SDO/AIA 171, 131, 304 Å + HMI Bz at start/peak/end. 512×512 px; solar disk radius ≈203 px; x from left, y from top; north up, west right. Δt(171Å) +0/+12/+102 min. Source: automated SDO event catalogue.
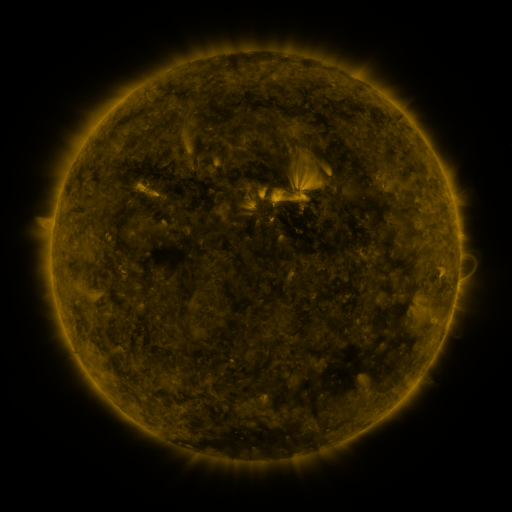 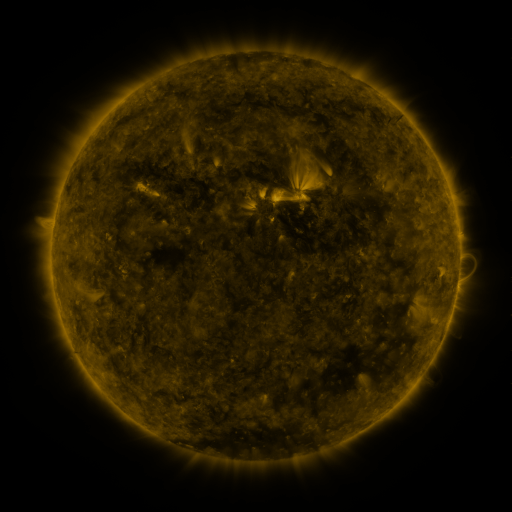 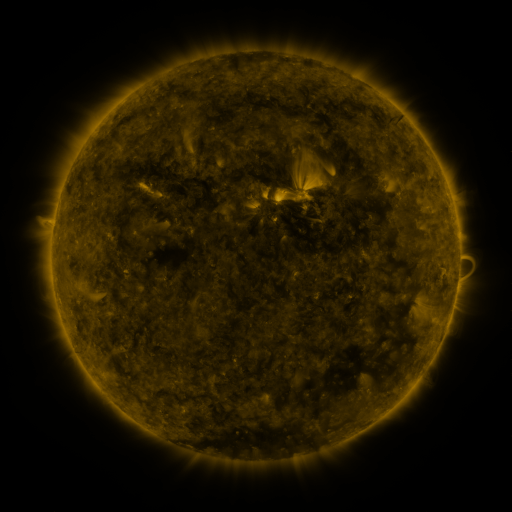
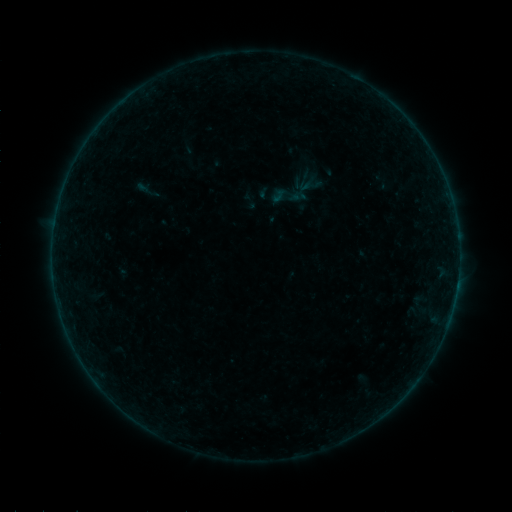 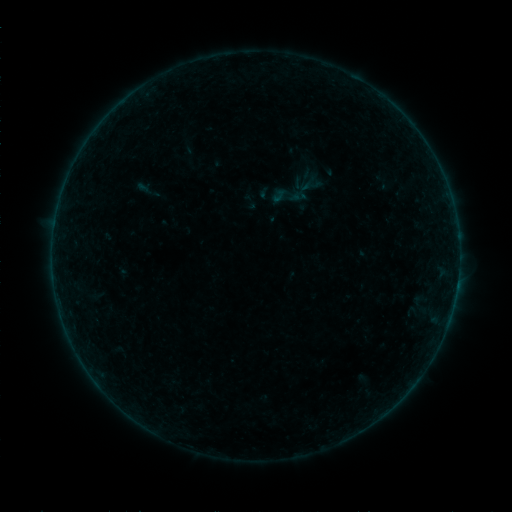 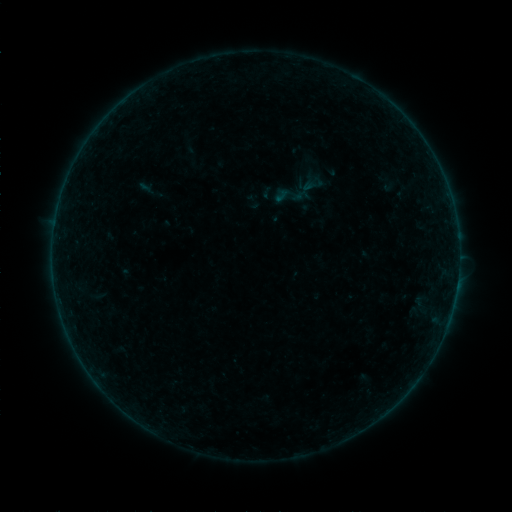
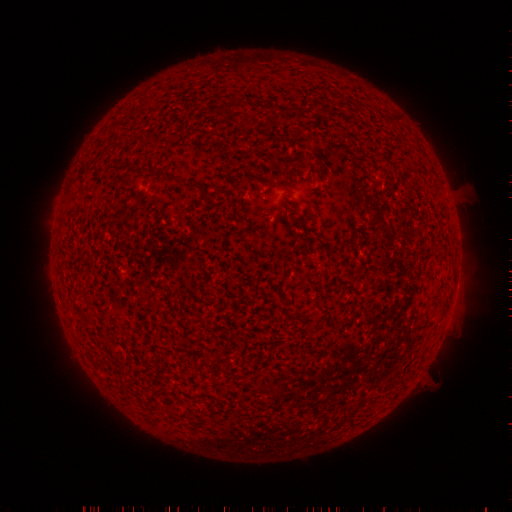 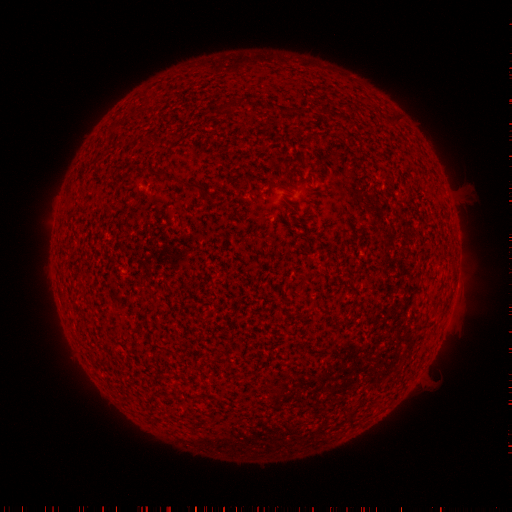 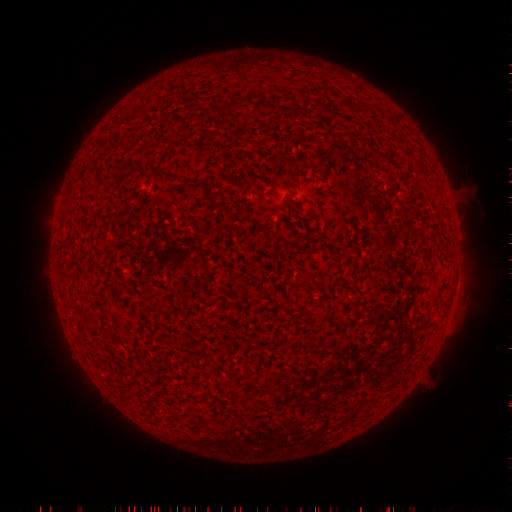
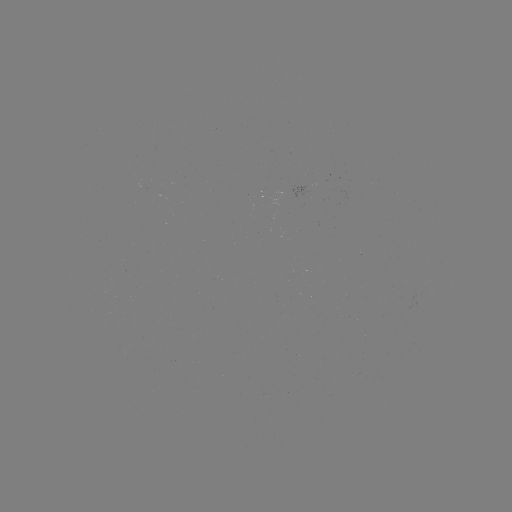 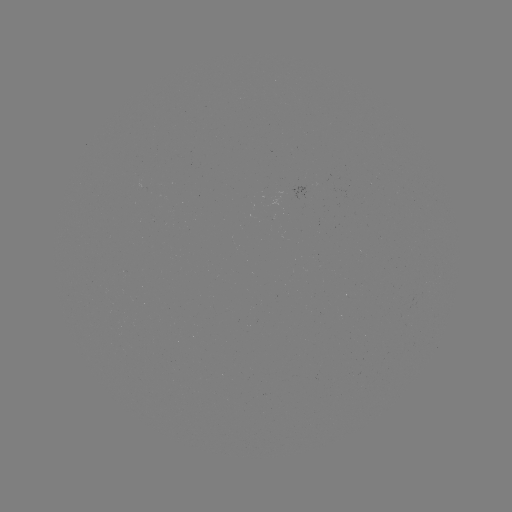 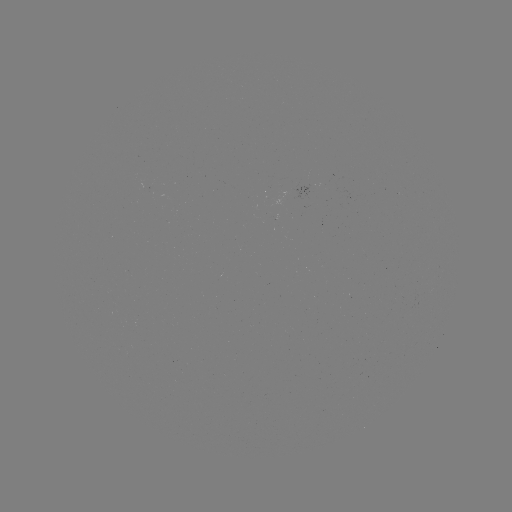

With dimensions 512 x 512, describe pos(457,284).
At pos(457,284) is A7.1 flare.